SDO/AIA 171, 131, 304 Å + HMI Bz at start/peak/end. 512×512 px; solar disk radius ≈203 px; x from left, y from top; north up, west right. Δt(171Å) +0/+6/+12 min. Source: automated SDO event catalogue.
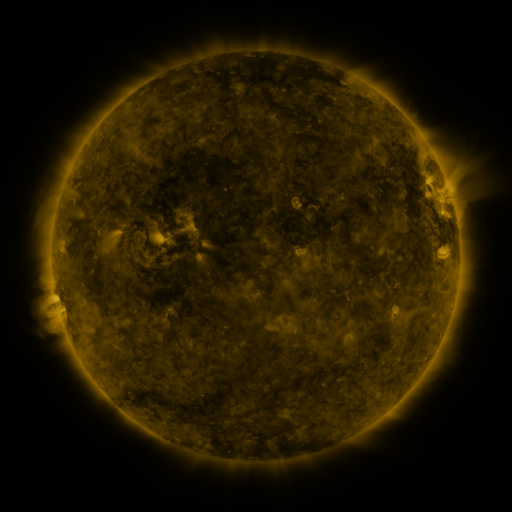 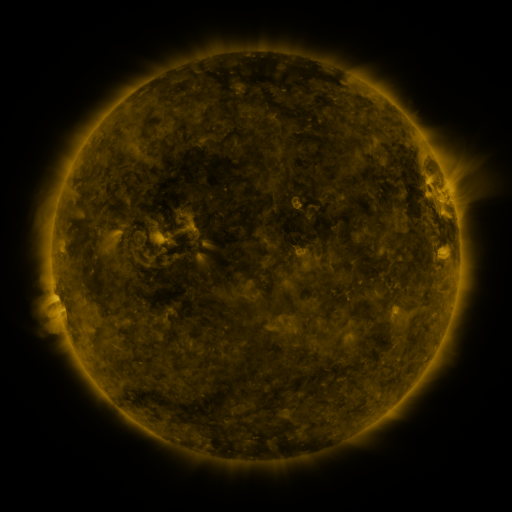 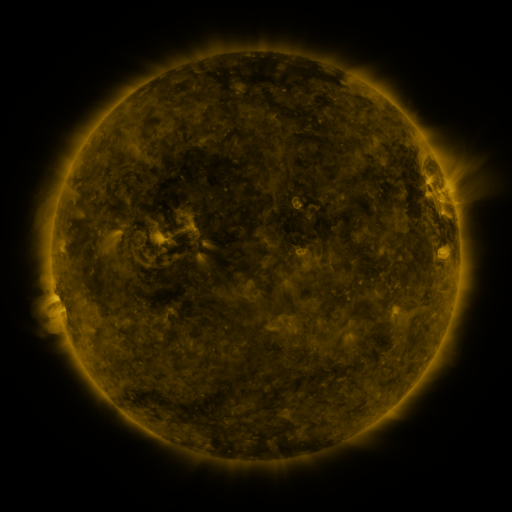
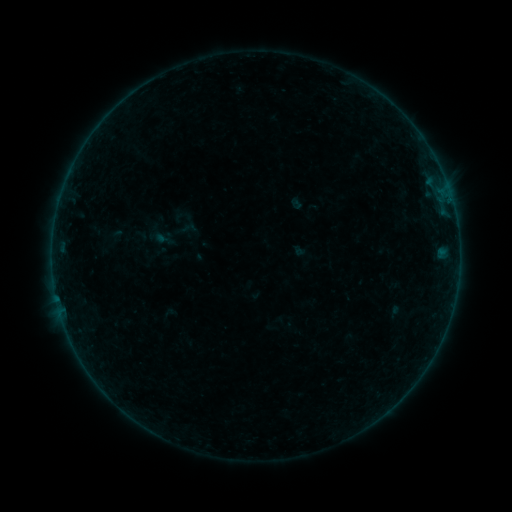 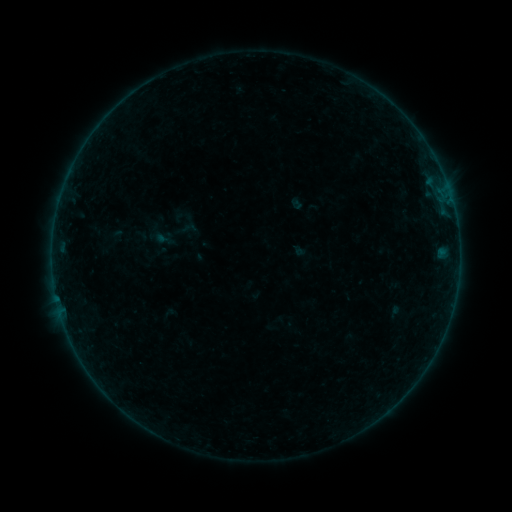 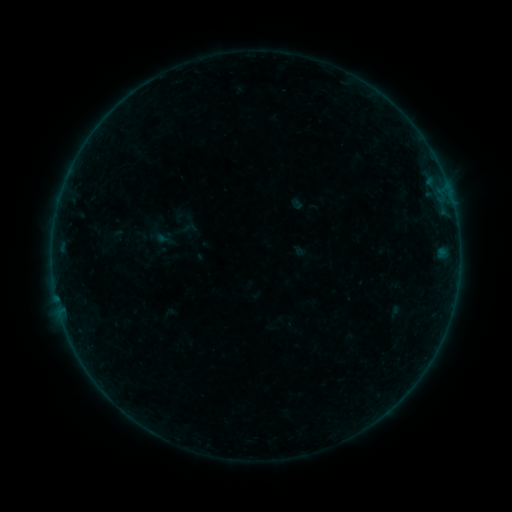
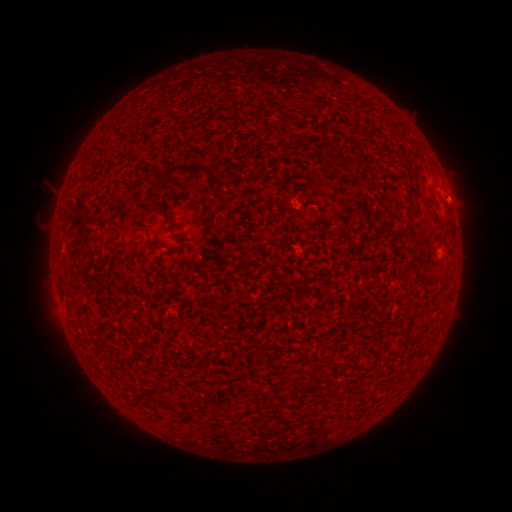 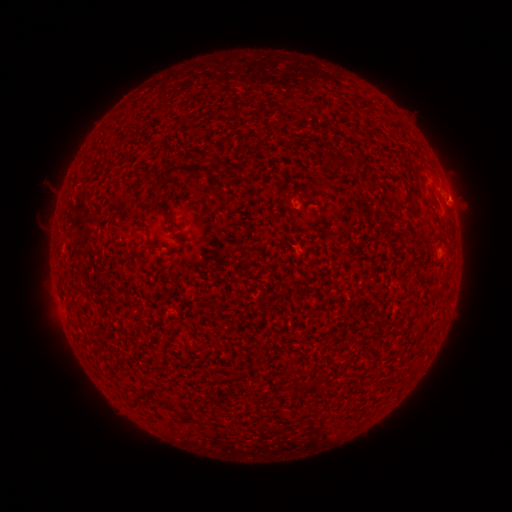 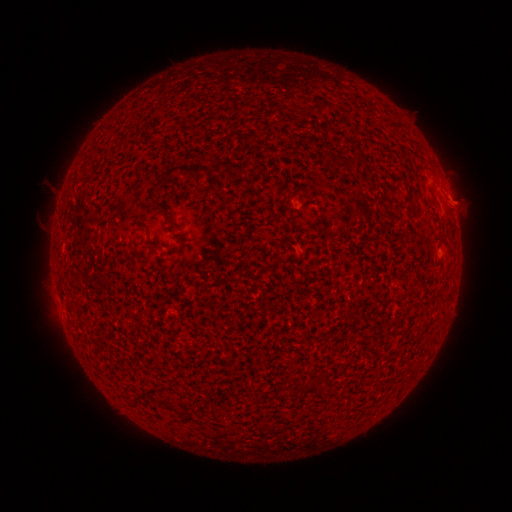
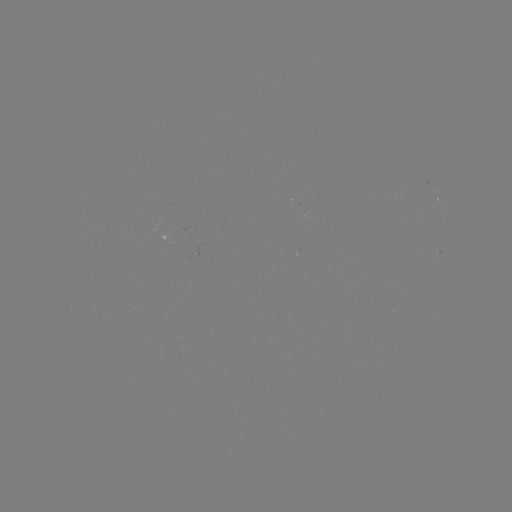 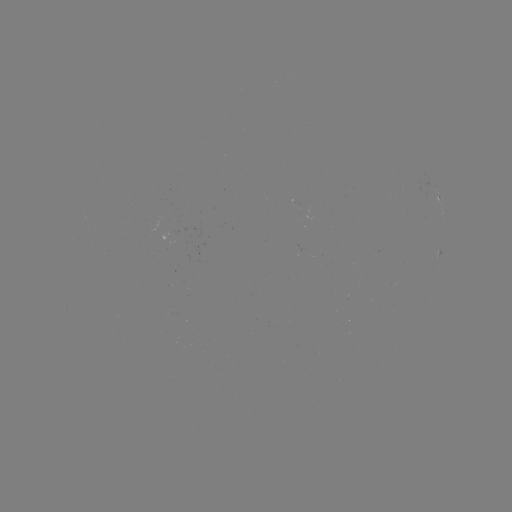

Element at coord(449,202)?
eruption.